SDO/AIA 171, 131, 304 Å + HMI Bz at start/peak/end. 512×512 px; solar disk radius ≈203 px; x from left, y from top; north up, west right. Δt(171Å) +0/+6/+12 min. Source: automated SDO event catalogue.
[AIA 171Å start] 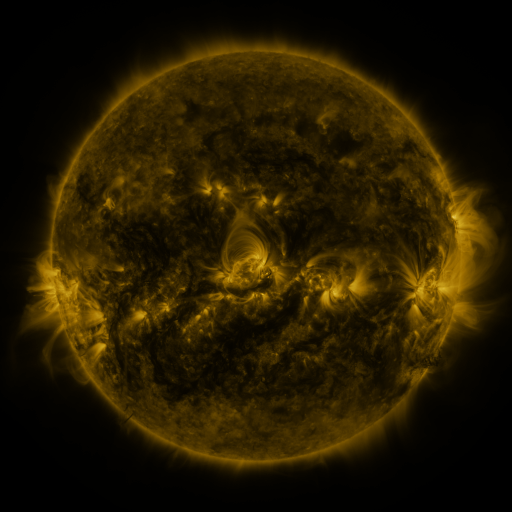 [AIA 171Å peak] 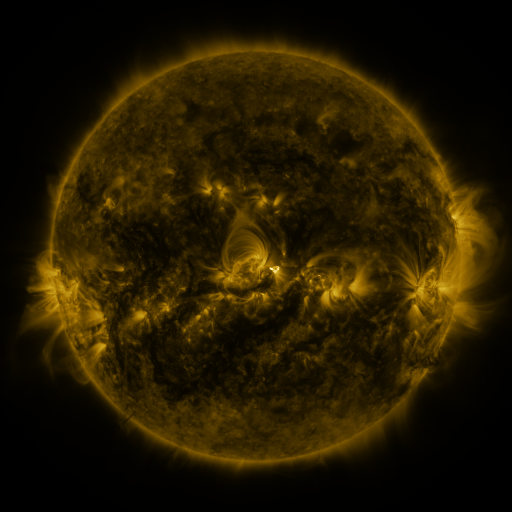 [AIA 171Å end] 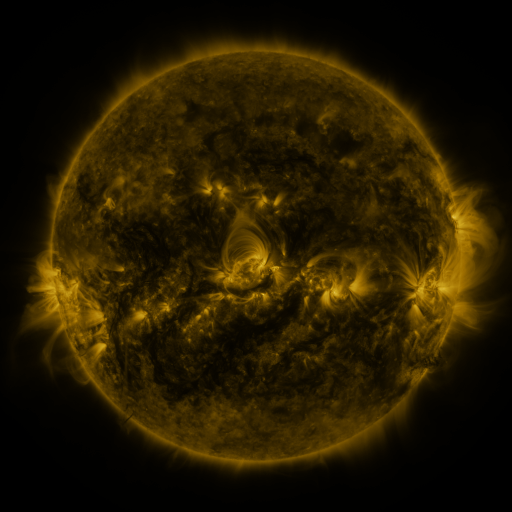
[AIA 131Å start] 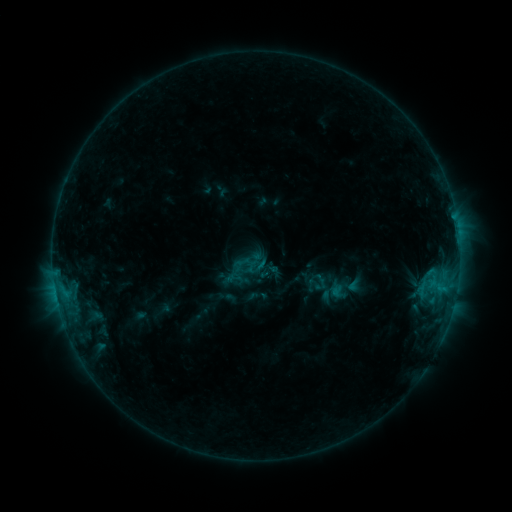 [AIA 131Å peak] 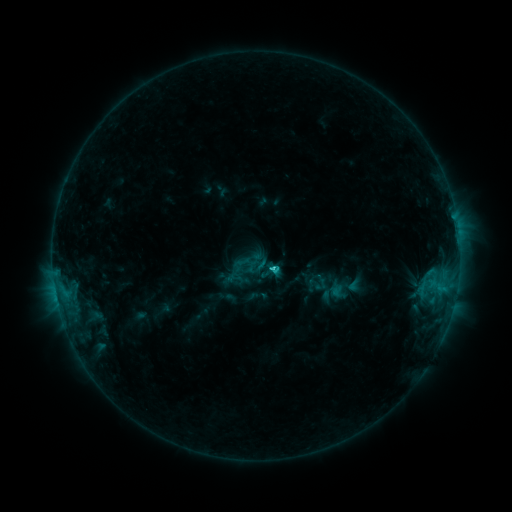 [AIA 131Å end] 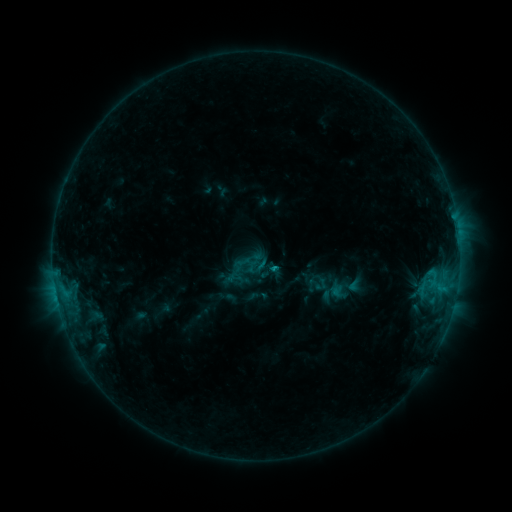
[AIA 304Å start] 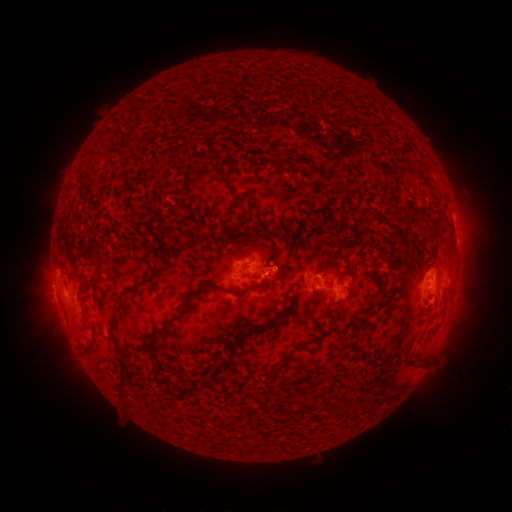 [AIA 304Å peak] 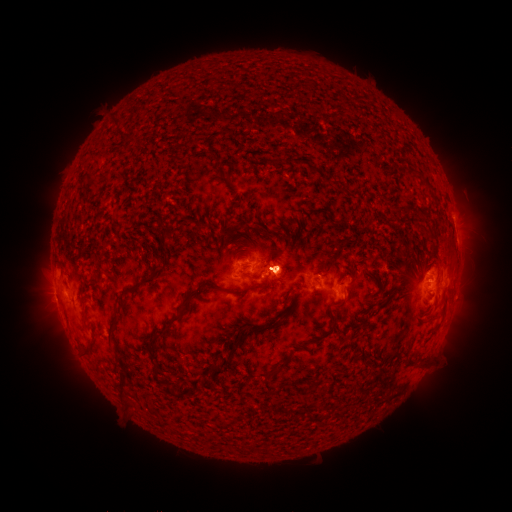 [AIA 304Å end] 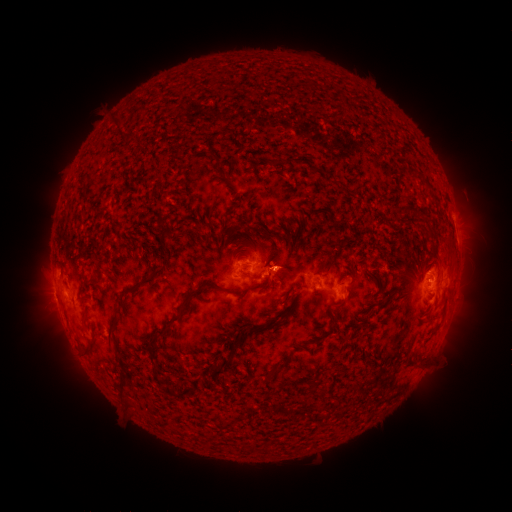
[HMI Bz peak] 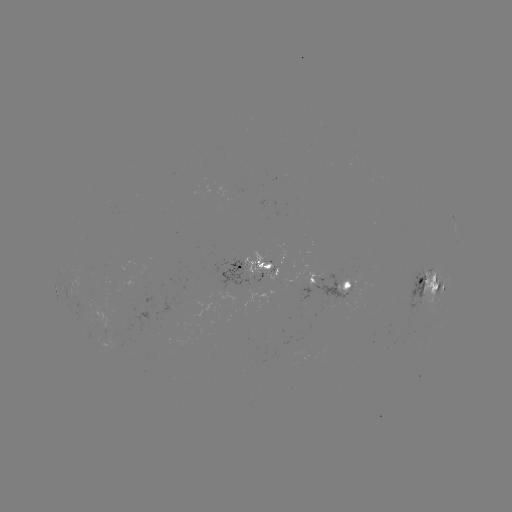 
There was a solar flare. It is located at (270, 267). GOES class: C1.7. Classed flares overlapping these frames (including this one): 2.